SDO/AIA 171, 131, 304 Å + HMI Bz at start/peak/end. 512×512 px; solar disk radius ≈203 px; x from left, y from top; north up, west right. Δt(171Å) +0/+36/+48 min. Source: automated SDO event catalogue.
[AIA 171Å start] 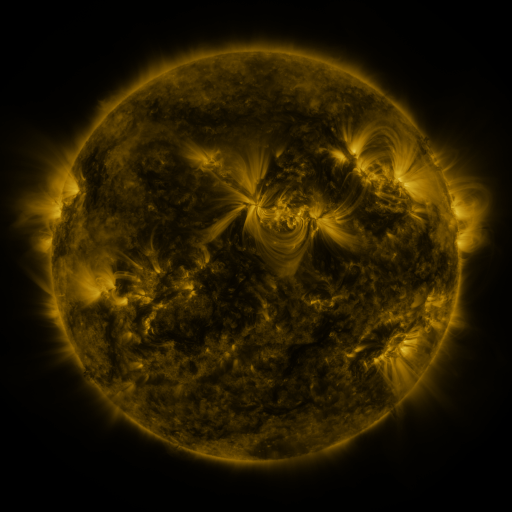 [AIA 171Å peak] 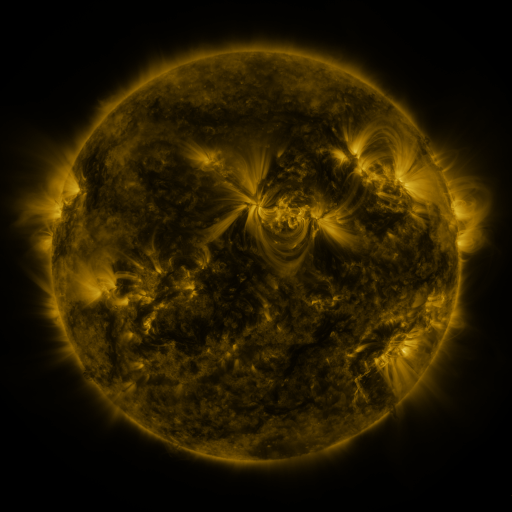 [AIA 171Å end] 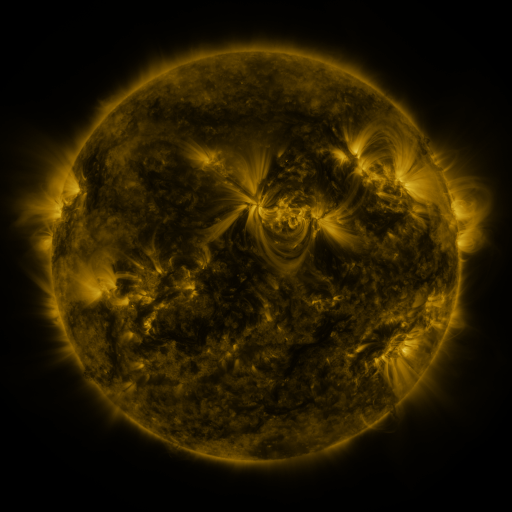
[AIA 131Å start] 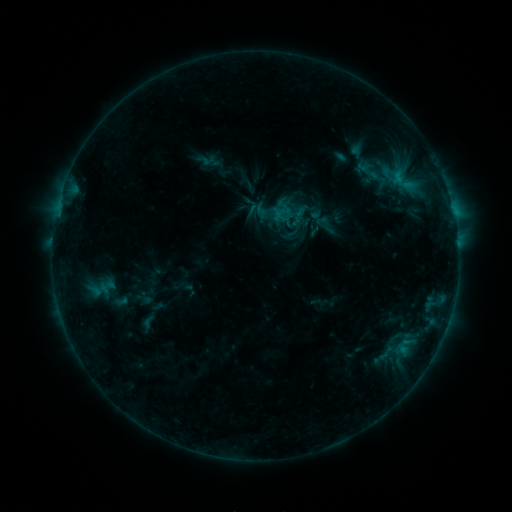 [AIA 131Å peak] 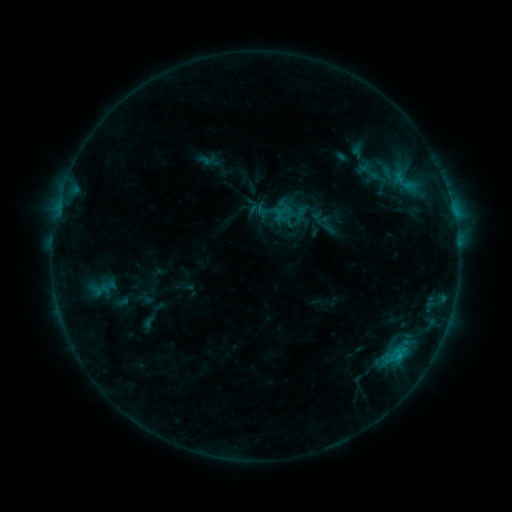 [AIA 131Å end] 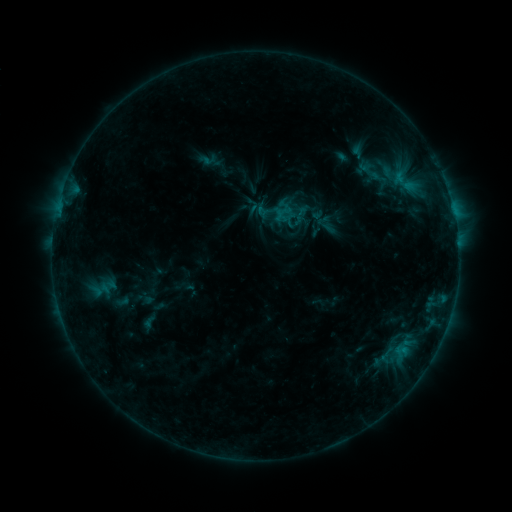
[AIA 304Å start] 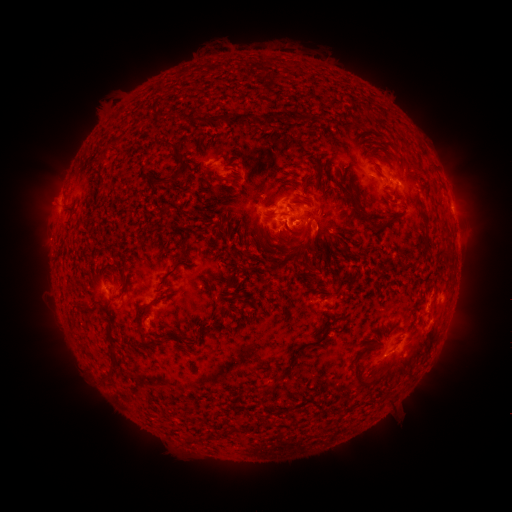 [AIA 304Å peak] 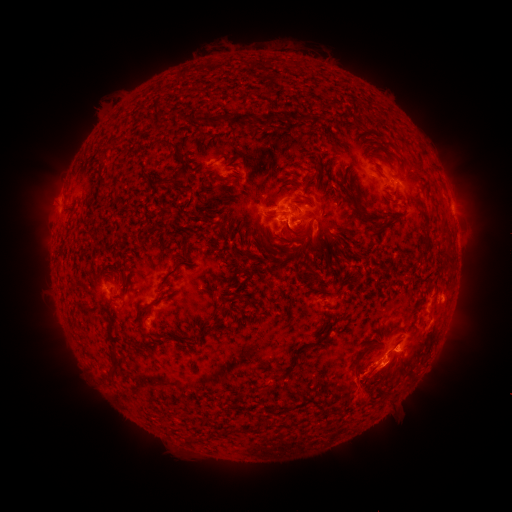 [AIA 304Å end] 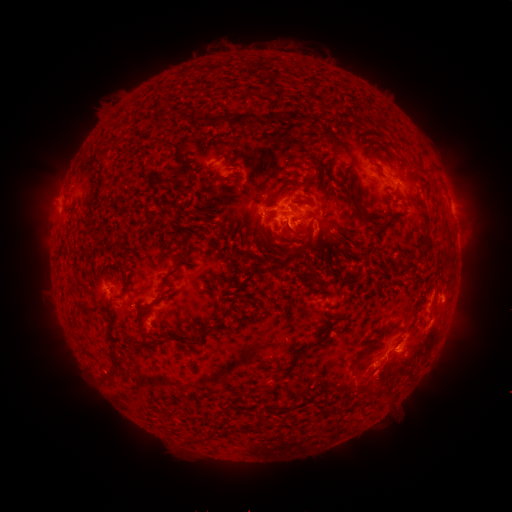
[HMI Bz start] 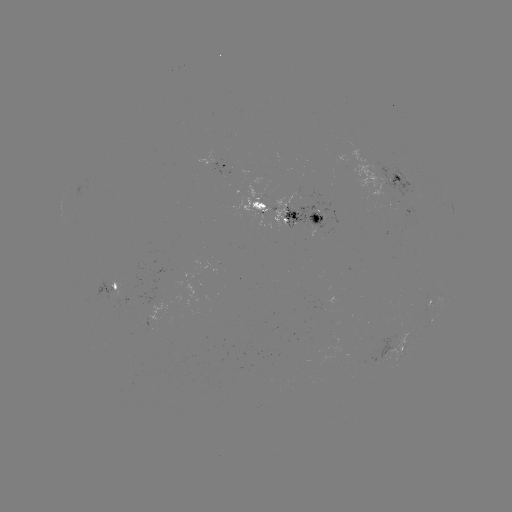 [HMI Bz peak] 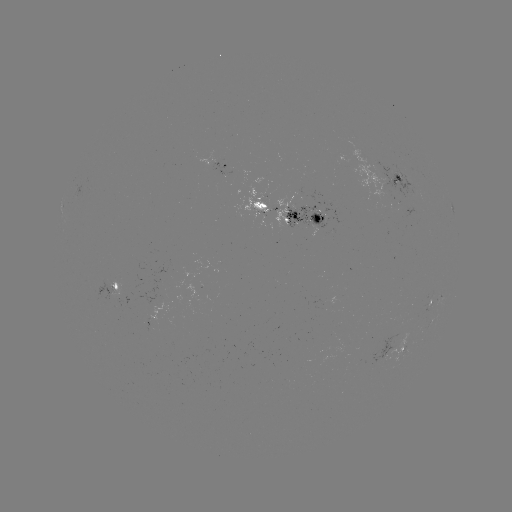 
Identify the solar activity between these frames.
C1.1 flare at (399, 352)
